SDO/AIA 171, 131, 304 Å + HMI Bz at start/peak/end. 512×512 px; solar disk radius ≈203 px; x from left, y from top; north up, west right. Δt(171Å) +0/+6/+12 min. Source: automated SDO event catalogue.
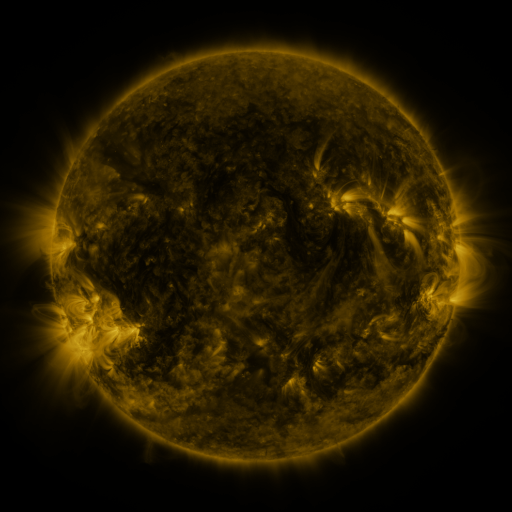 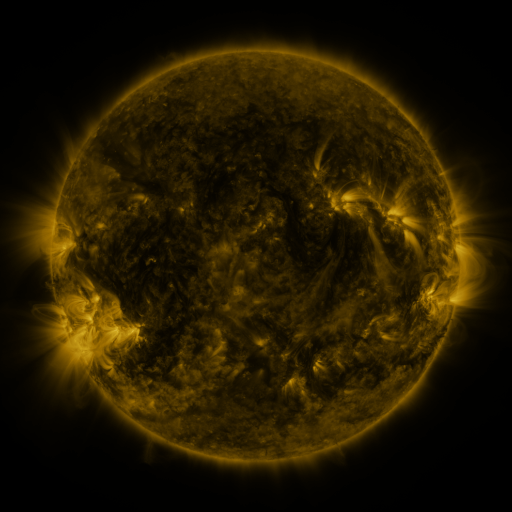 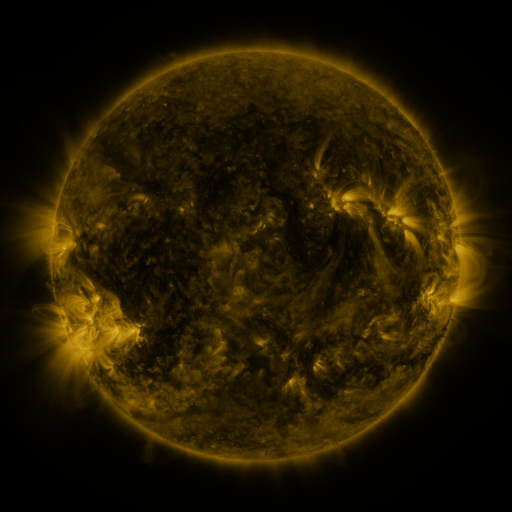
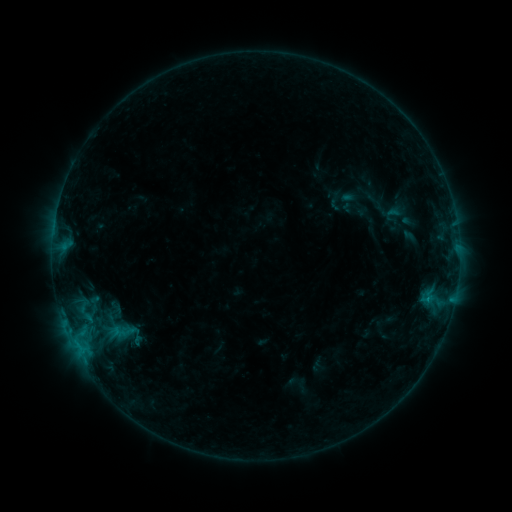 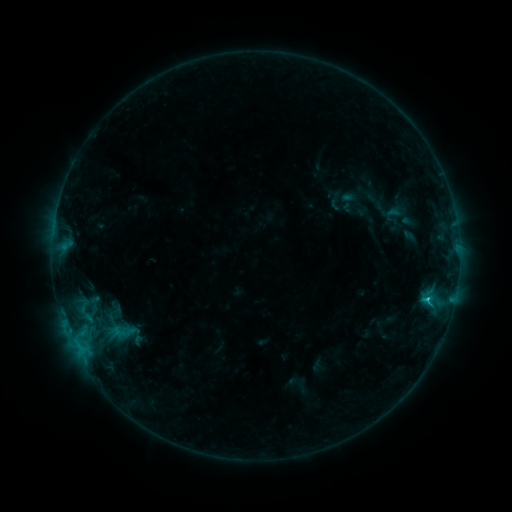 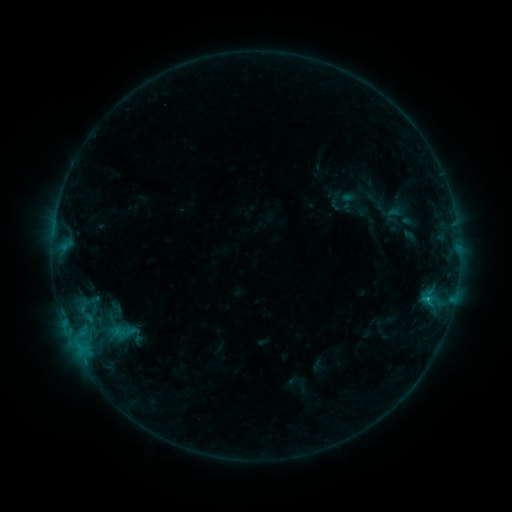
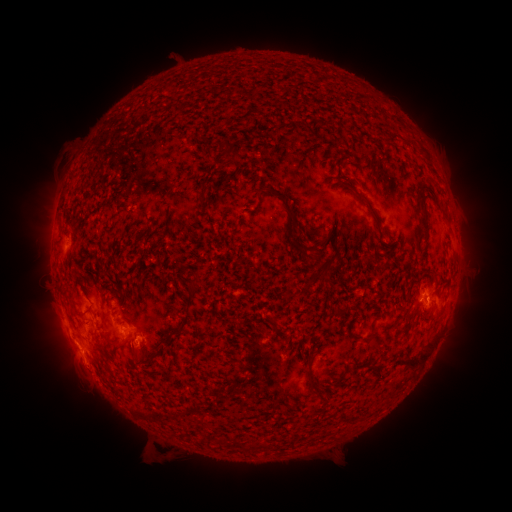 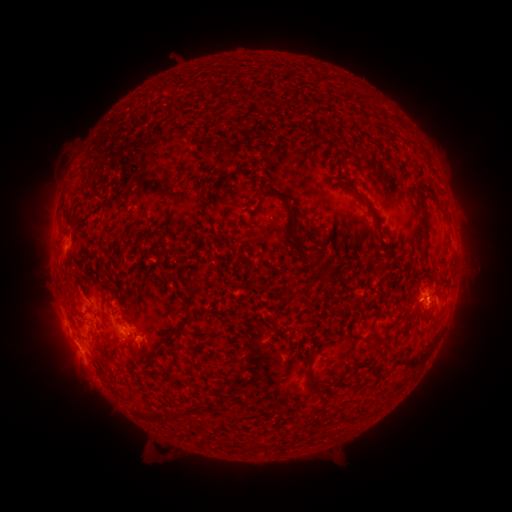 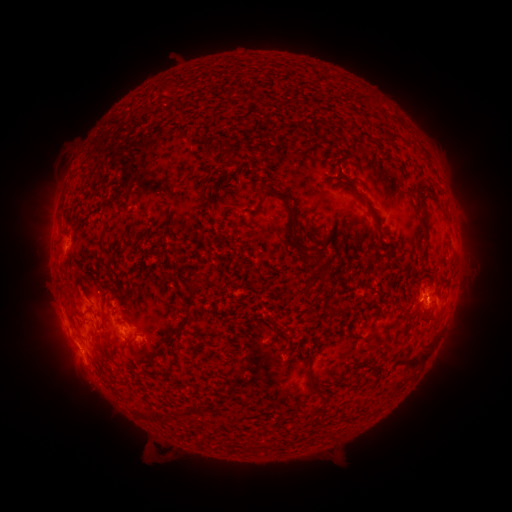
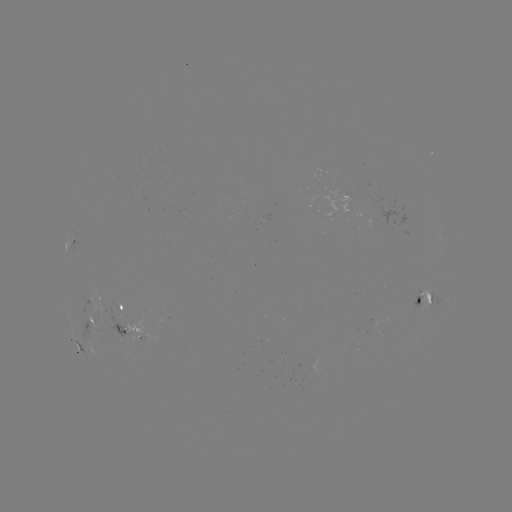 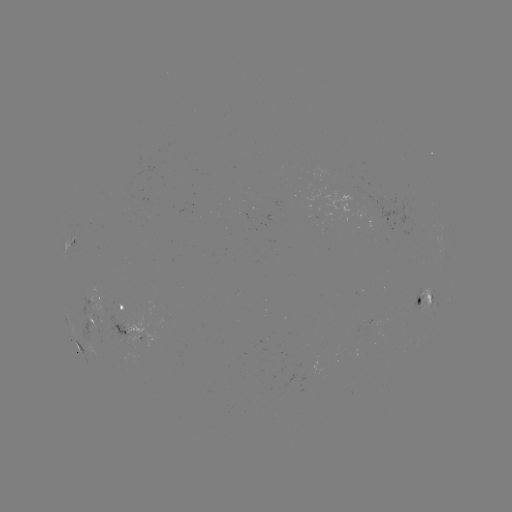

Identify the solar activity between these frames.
B9.8 flare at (427, 296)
